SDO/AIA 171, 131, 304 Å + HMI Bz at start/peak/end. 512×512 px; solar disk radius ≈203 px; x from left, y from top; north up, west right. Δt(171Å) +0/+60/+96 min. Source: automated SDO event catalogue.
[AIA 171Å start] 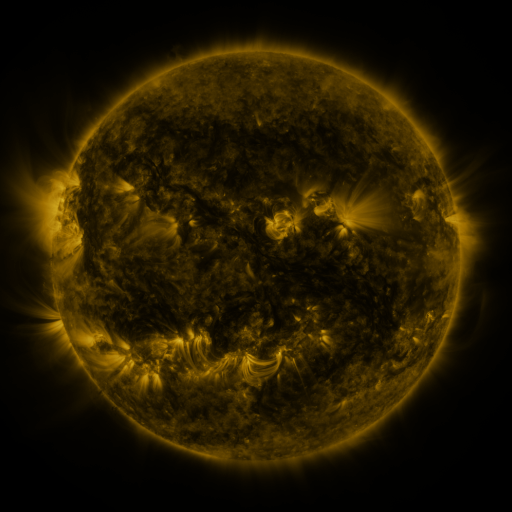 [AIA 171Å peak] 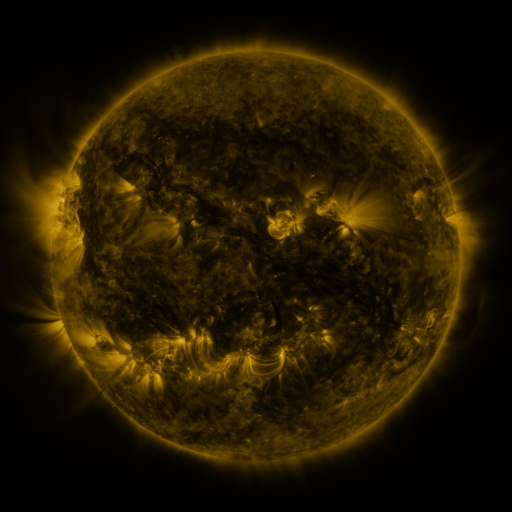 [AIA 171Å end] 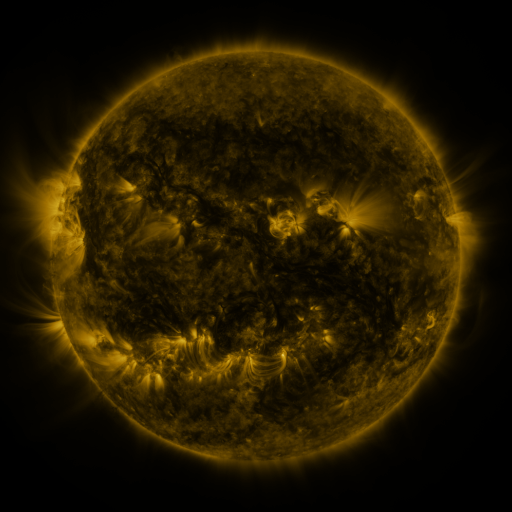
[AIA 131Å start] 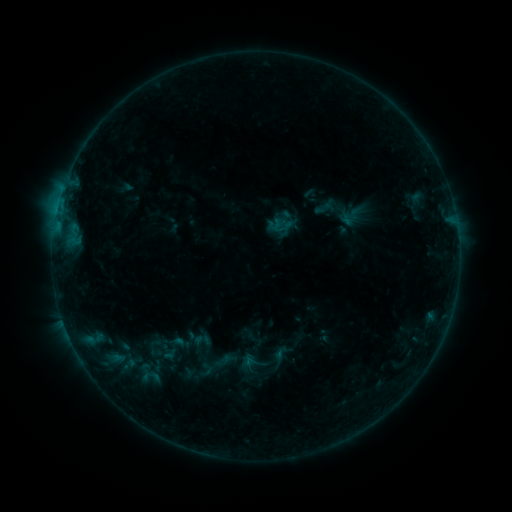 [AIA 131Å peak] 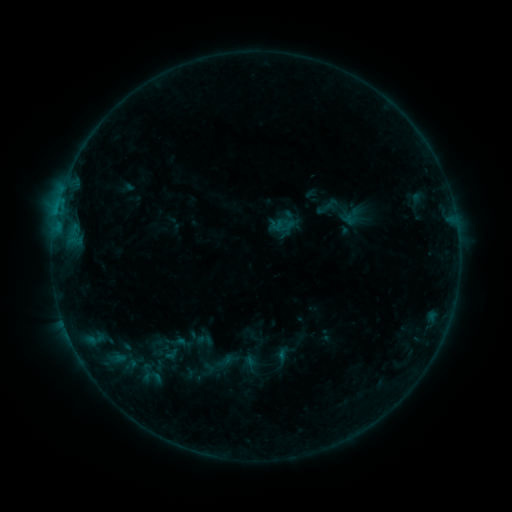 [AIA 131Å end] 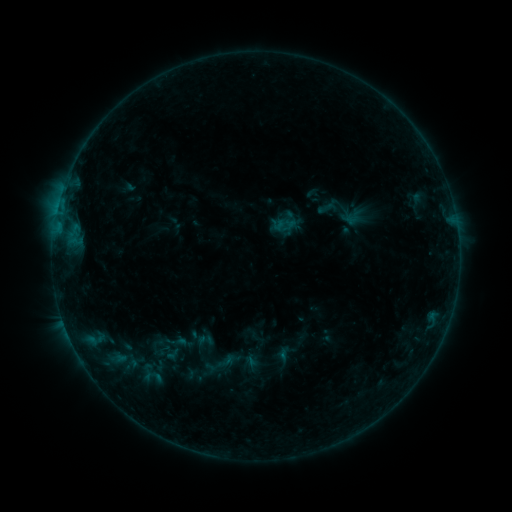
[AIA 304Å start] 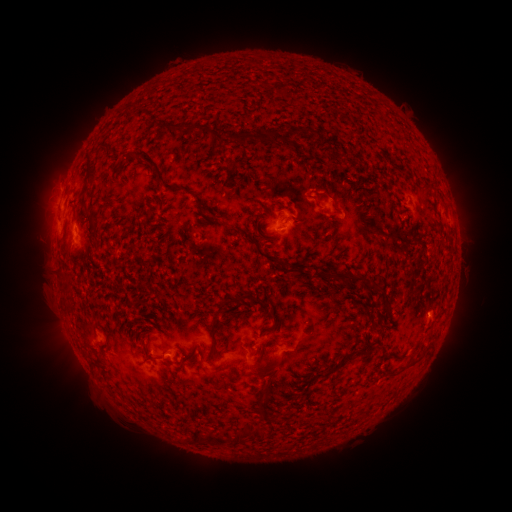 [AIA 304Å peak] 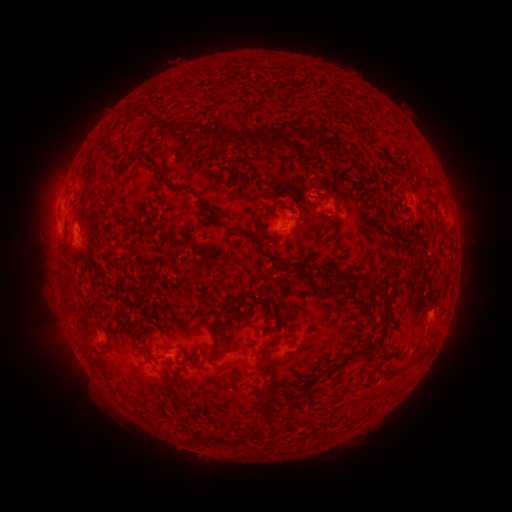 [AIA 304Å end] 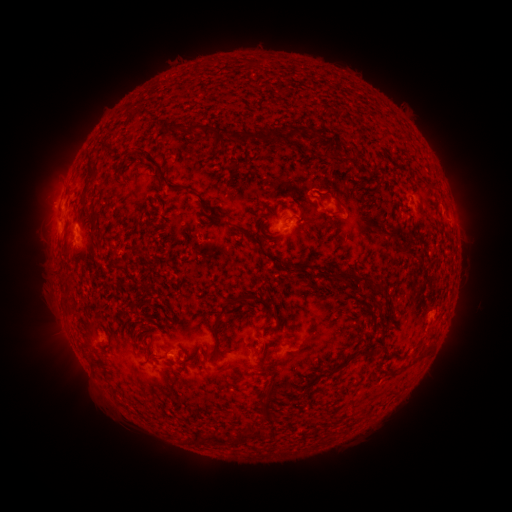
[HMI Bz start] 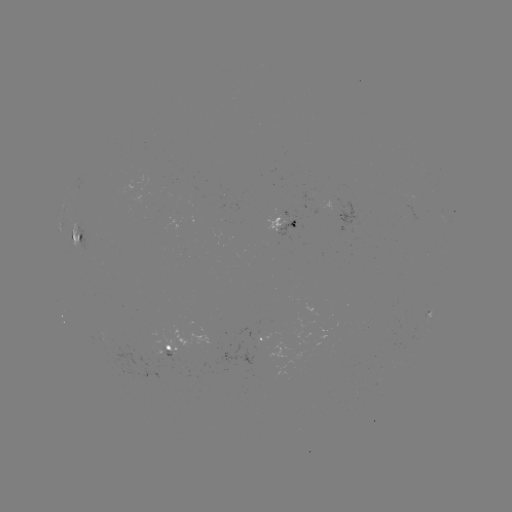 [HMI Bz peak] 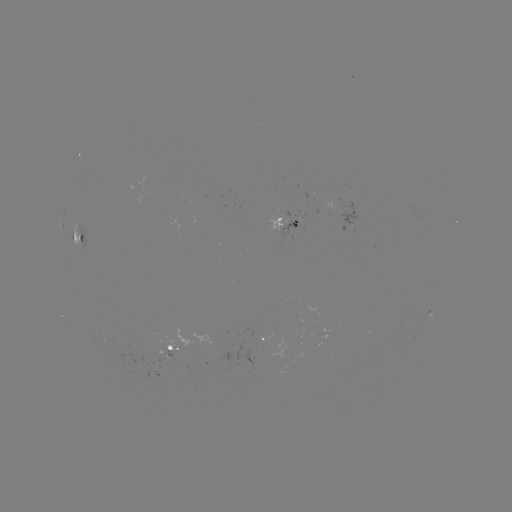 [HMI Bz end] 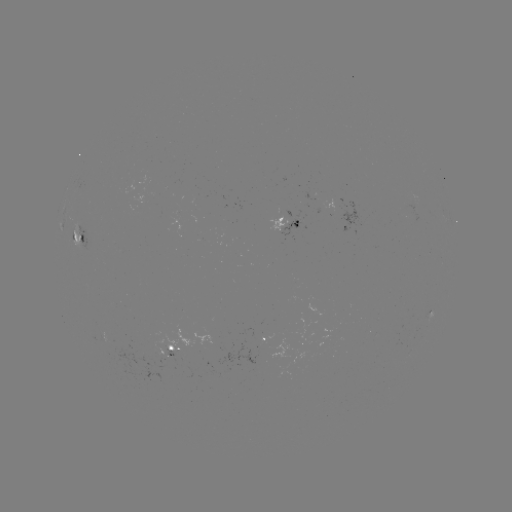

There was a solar emerging-flux region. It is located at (254, 338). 